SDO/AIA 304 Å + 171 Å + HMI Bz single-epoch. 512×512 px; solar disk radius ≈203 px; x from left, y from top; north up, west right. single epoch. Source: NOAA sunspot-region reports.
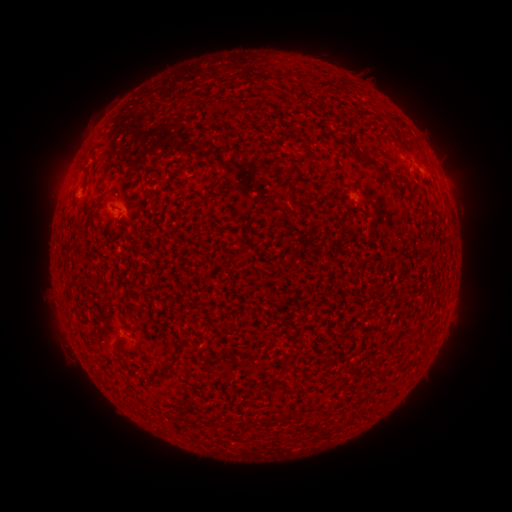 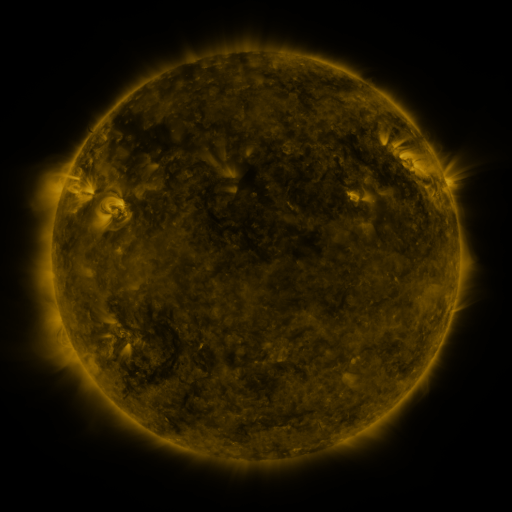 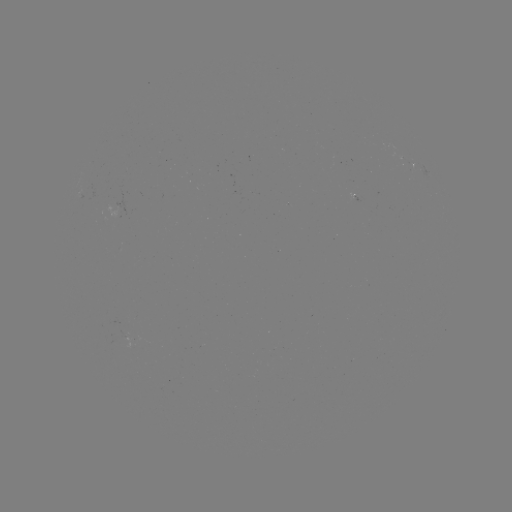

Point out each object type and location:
spotted active region: (420, 166)
